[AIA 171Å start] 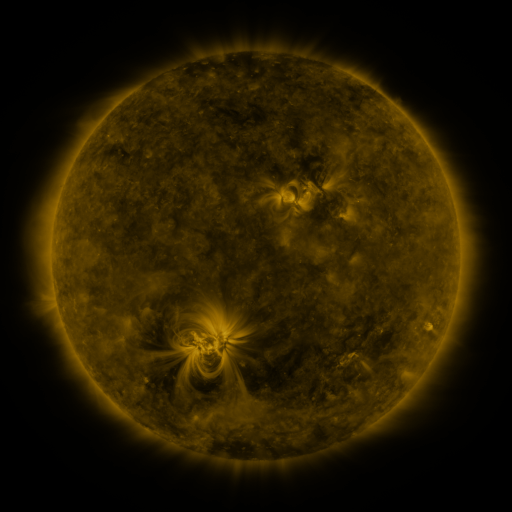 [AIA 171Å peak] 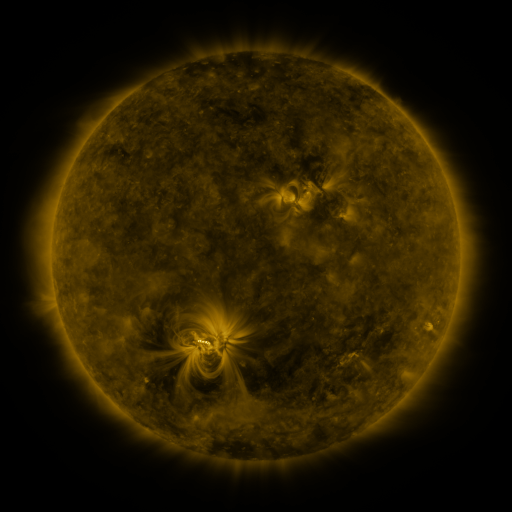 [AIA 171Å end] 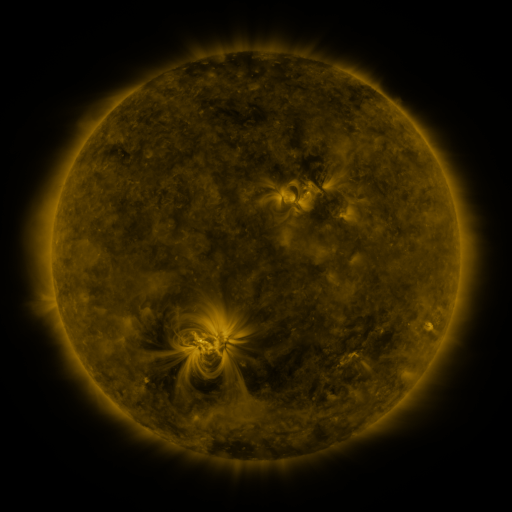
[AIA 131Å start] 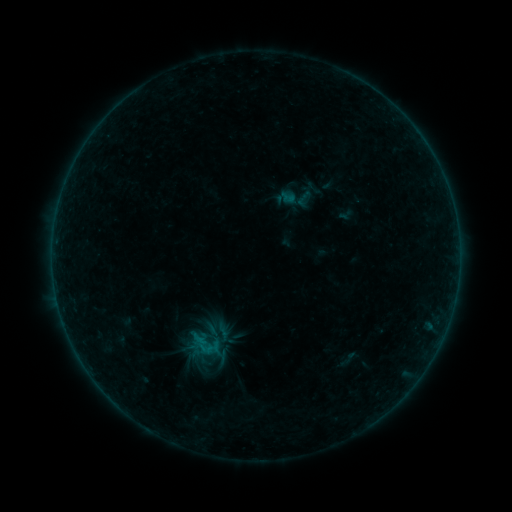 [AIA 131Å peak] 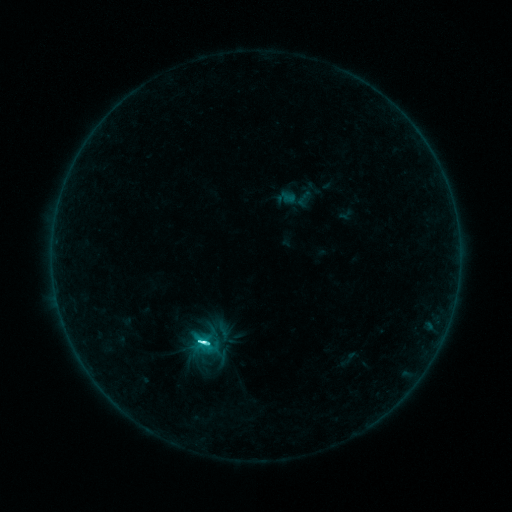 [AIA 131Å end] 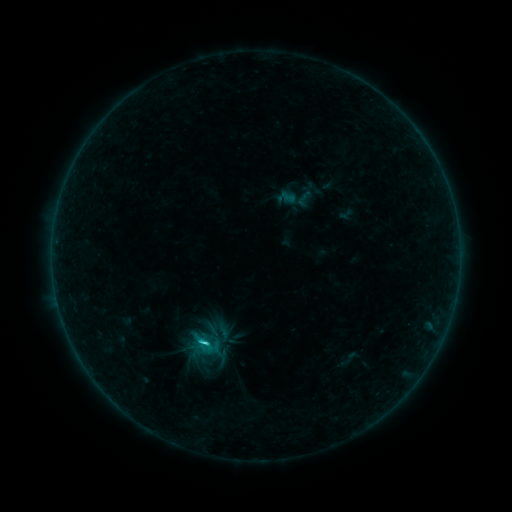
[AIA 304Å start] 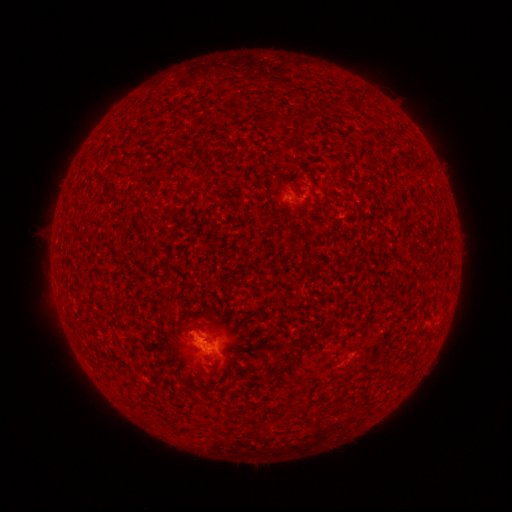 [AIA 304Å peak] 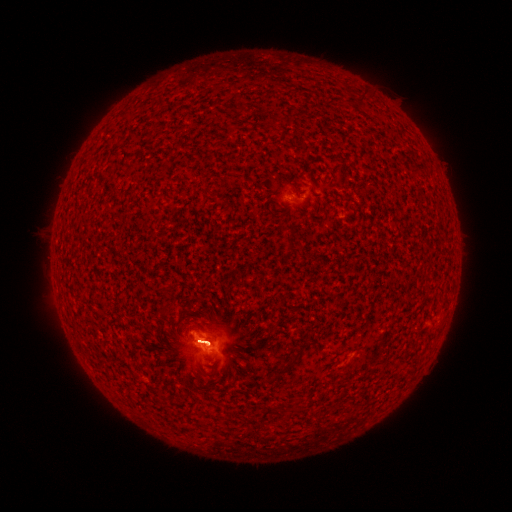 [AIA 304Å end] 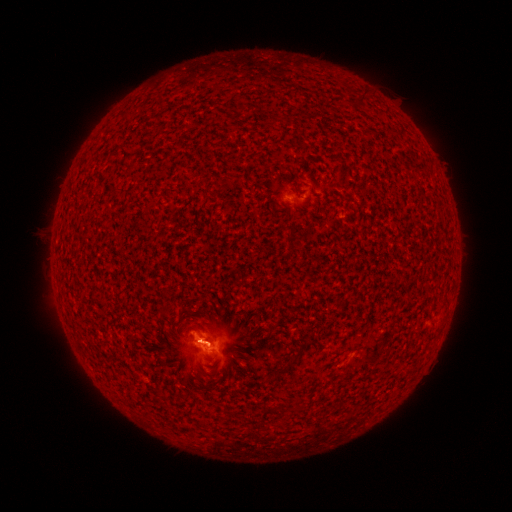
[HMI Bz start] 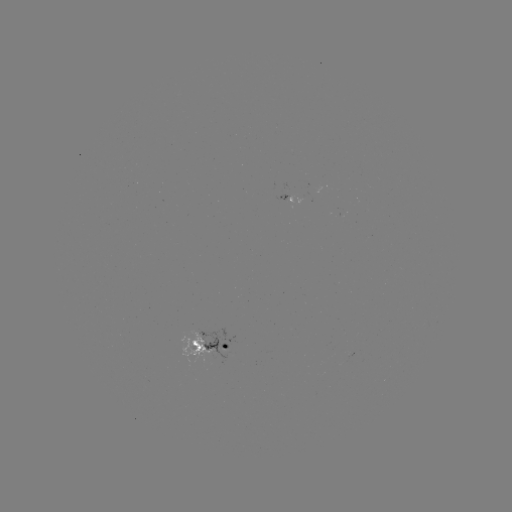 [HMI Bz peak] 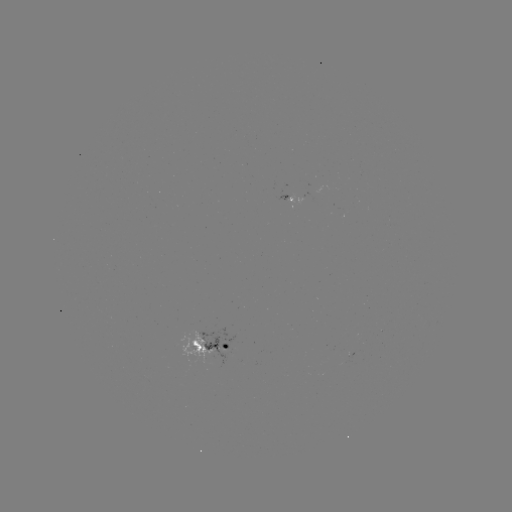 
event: flare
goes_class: C5.7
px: (206, 340)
